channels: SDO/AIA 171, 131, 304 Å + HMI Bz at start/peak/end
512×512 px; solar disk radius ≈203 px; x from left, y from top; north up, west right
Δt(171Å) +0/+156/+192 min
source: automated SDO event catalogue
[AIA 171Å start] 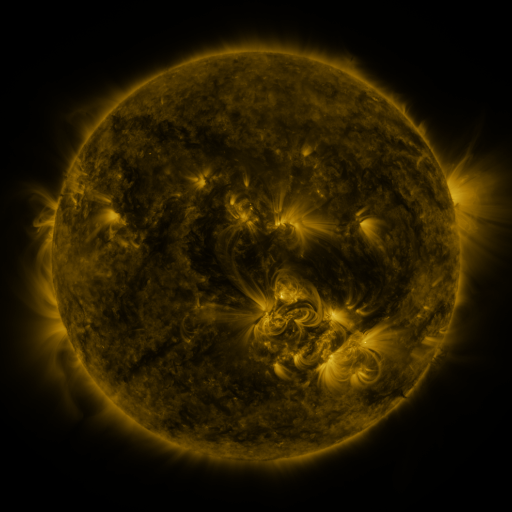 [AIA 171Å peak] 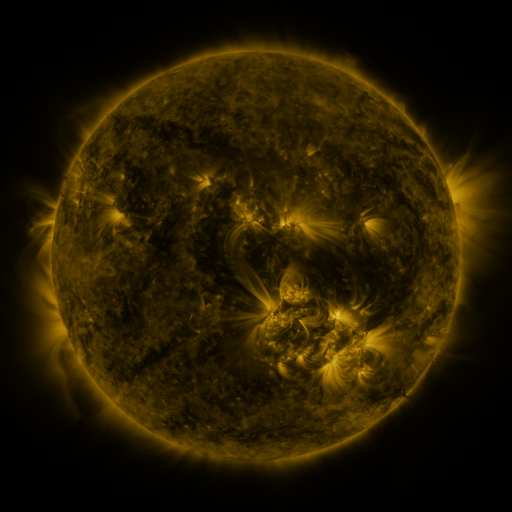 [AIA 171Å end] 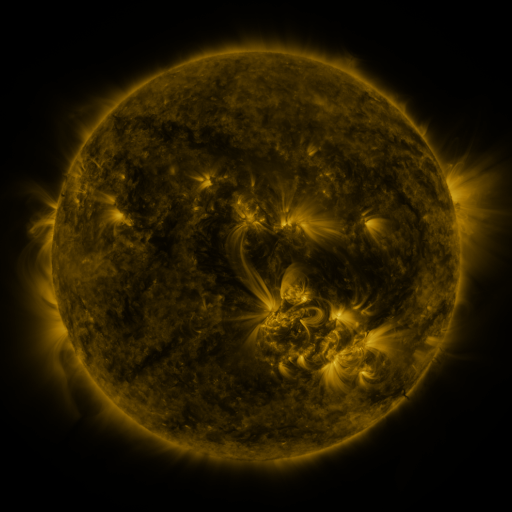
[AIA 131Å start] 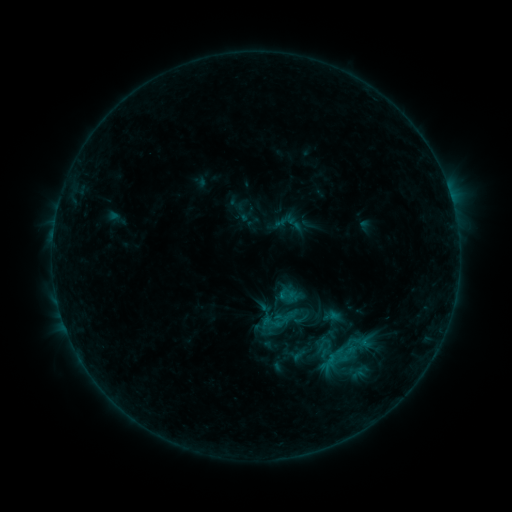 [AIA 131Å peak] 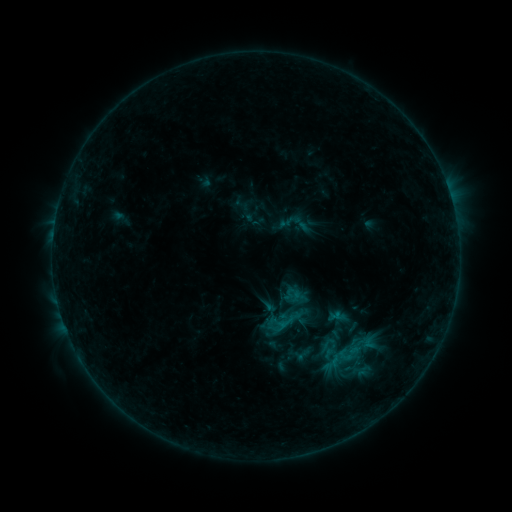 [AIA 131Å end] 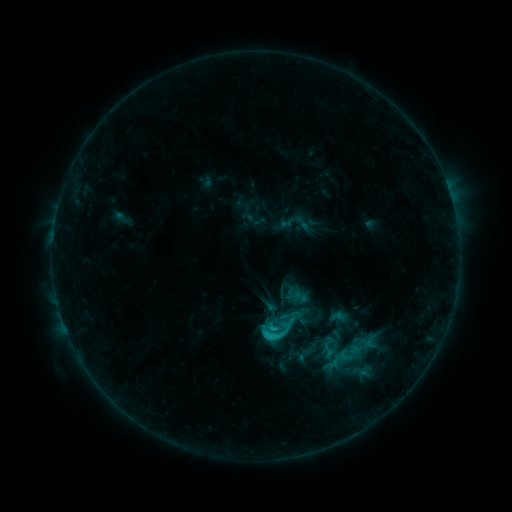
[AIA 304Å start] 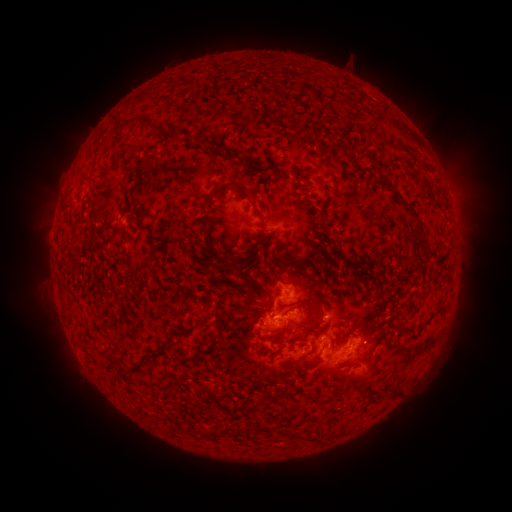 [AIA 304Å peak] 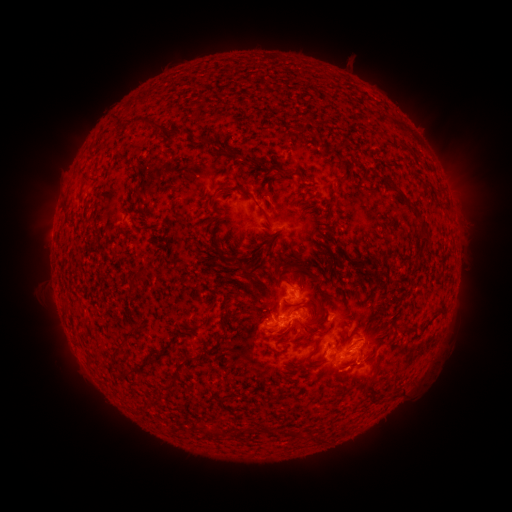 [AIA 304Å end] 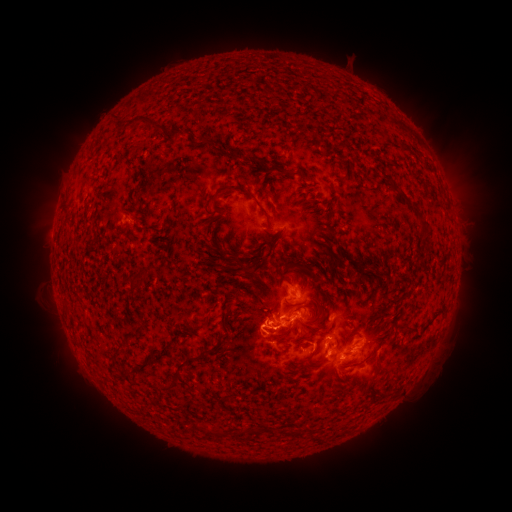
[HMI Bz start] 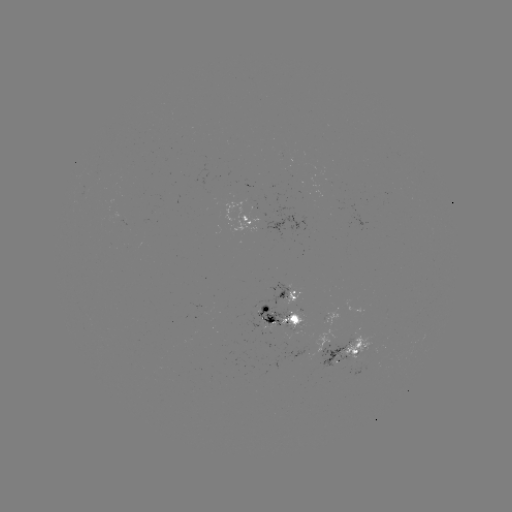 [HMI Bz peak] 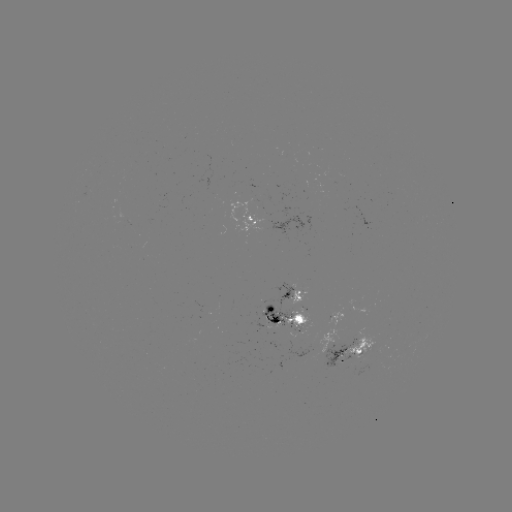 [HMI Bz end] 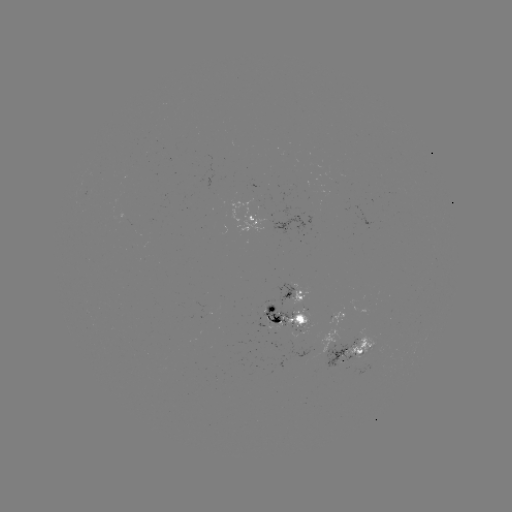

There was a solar emerging-flux region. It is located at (271, 316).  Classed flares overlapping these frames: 2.